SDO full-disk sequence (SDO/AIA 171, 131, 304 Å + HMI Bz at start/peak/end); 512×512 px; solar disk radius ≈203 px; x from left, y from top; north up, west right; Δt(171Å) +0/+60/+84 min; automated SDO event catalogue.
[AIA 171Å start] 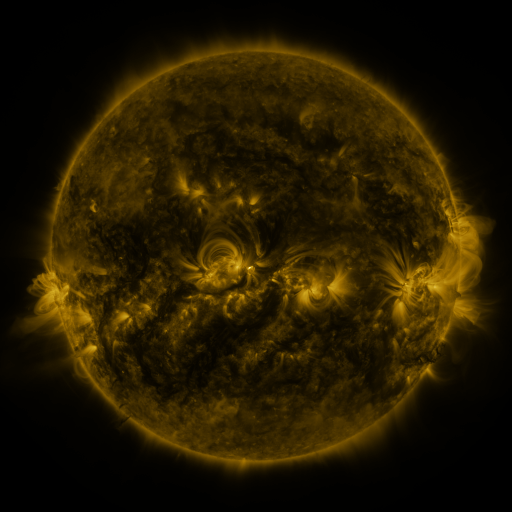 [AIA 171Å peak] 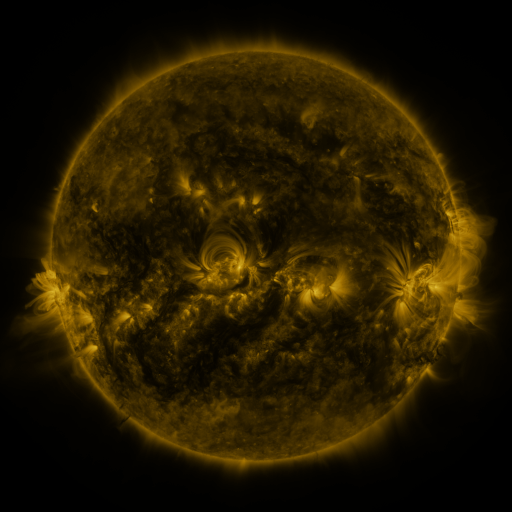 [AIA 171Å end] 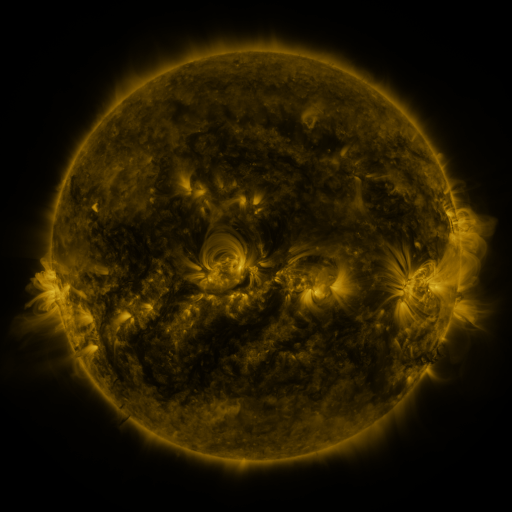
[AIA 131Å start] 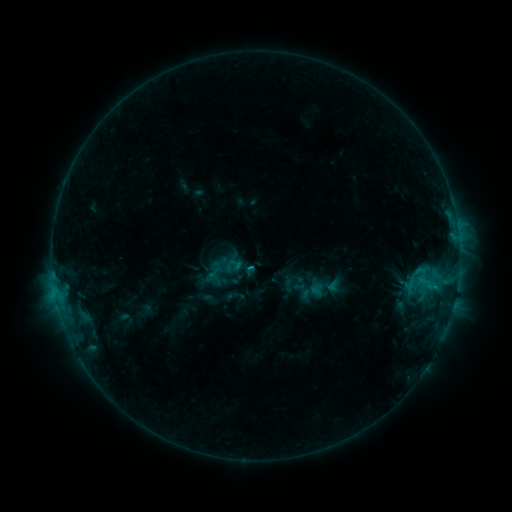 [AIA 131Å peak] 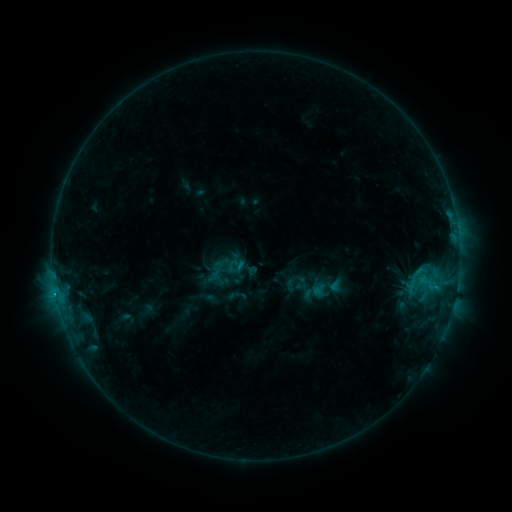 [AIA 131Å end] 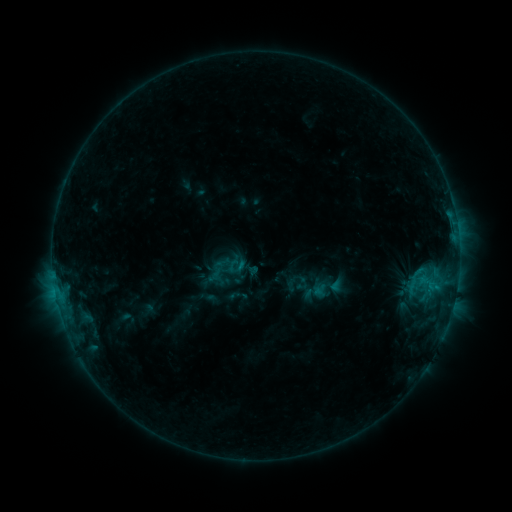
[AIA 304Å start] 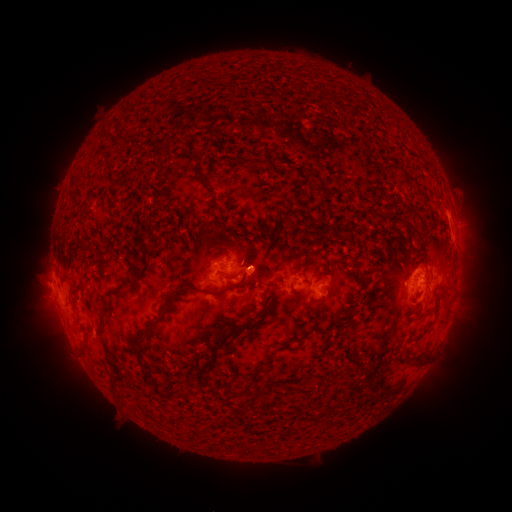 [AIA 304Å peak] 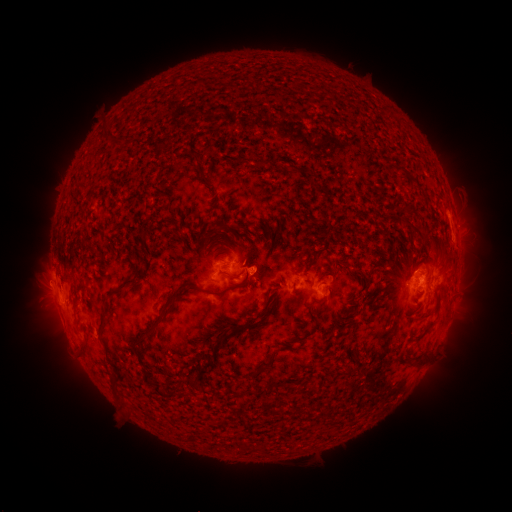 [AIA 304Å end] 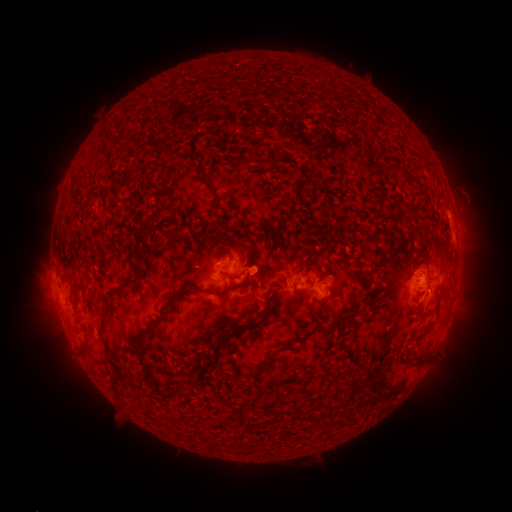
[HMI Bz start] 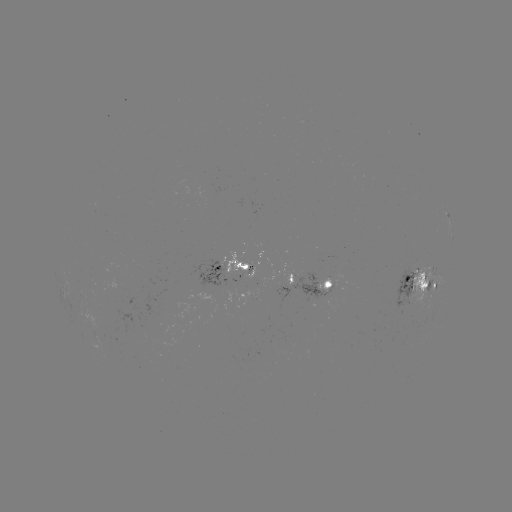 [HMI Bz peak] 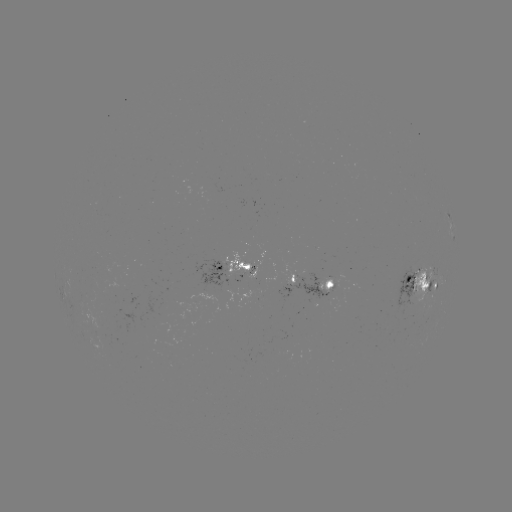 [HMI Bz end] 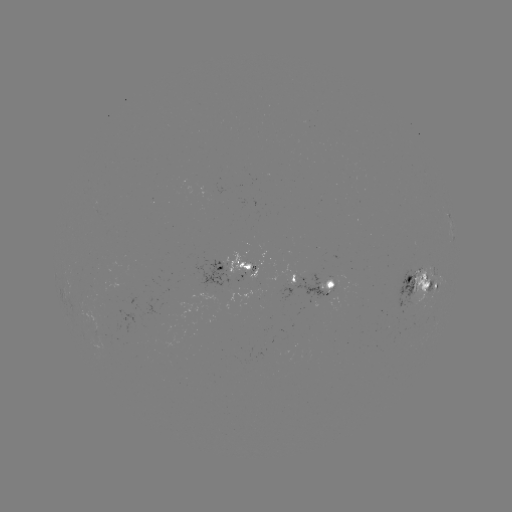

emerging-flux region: [412, 266, 431, 313]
